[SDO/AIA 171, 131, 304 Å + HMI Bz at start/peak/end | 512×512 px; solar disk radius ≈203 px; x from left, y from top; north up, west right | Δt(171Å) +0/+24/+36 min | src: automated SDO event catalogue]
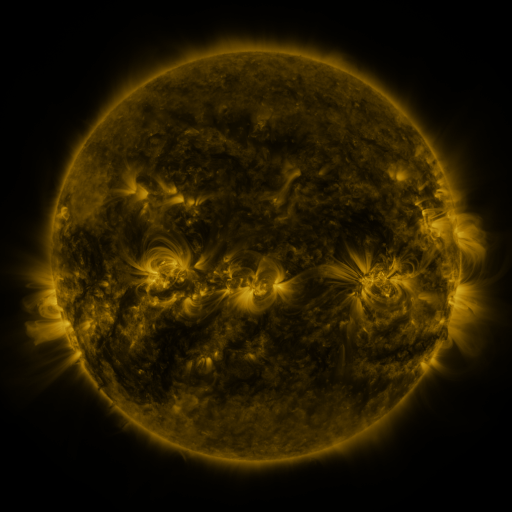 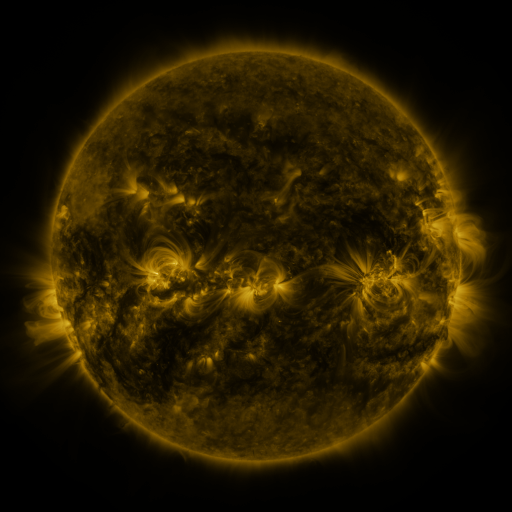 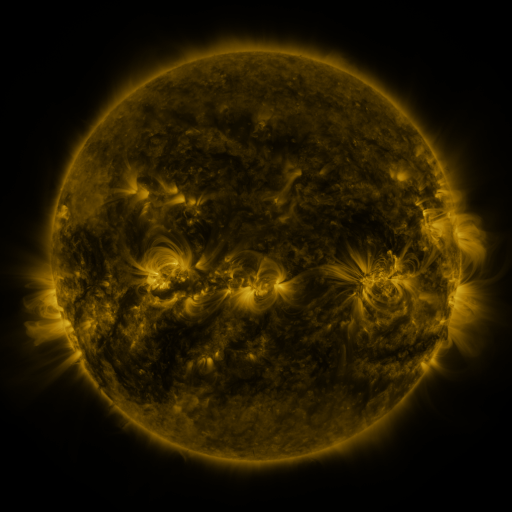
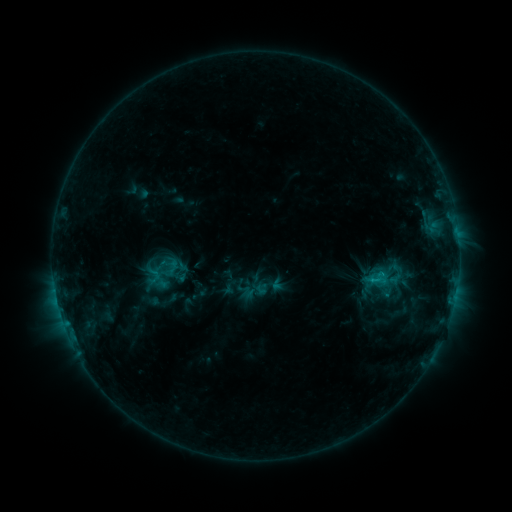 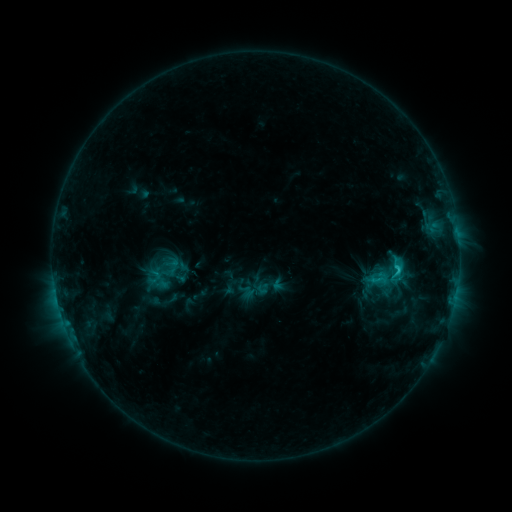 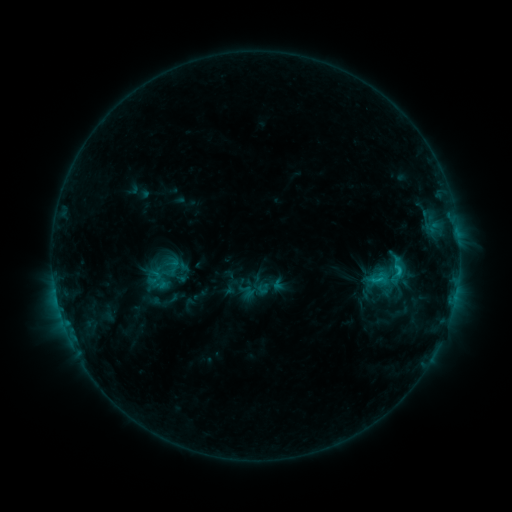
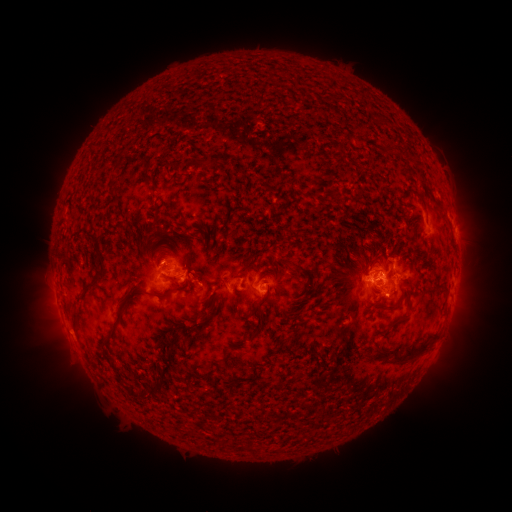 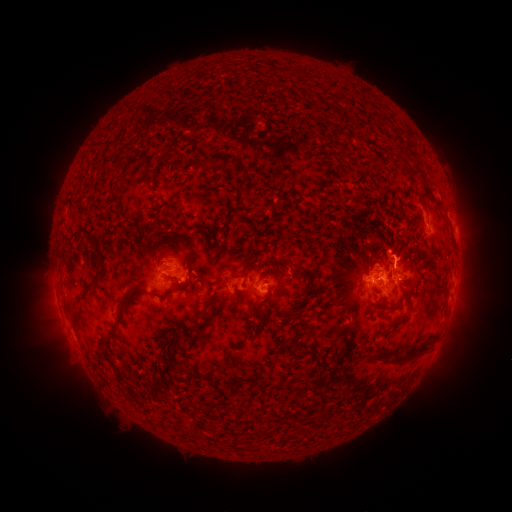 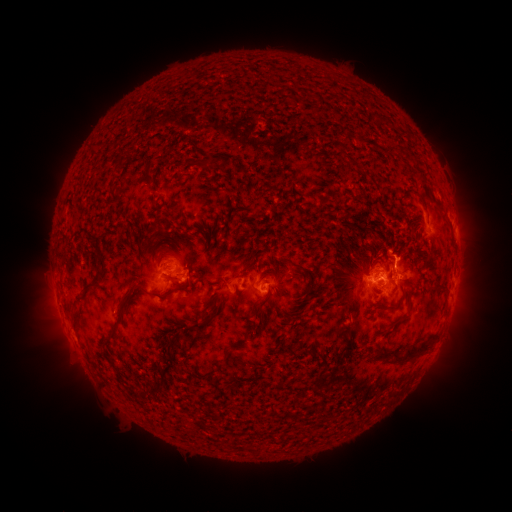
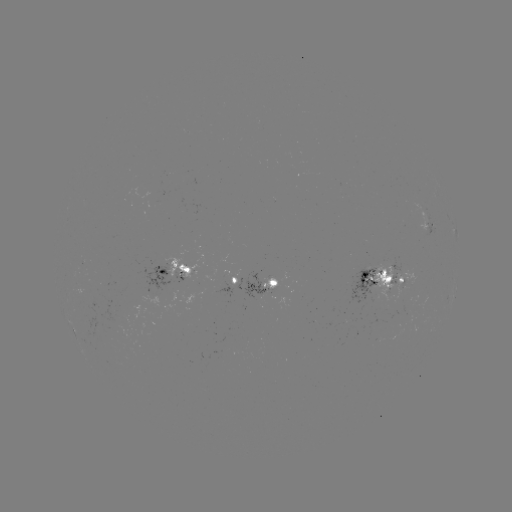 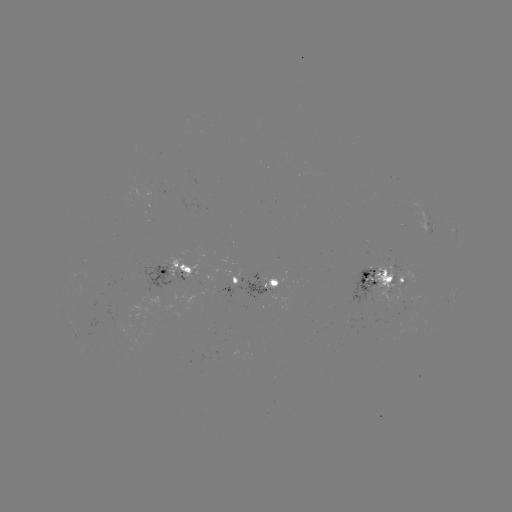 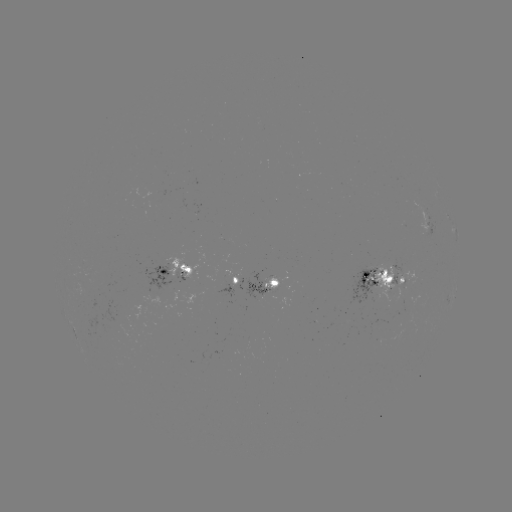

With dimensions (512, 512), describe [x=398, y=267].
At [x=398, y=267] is C2.1 flare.